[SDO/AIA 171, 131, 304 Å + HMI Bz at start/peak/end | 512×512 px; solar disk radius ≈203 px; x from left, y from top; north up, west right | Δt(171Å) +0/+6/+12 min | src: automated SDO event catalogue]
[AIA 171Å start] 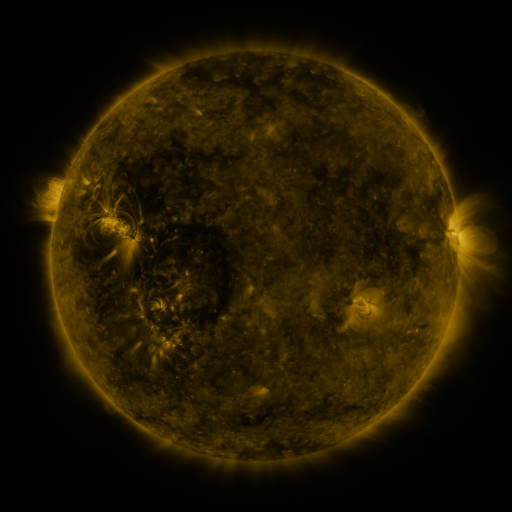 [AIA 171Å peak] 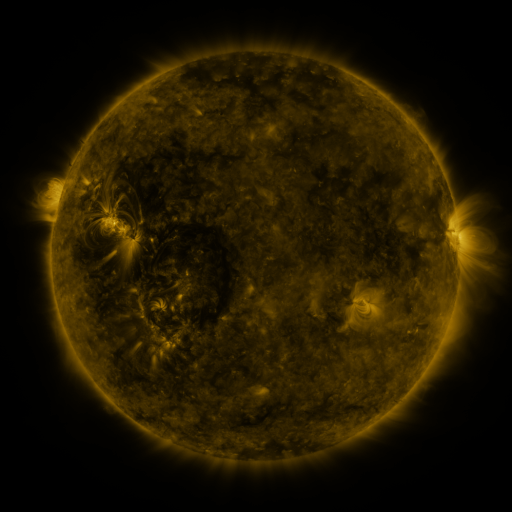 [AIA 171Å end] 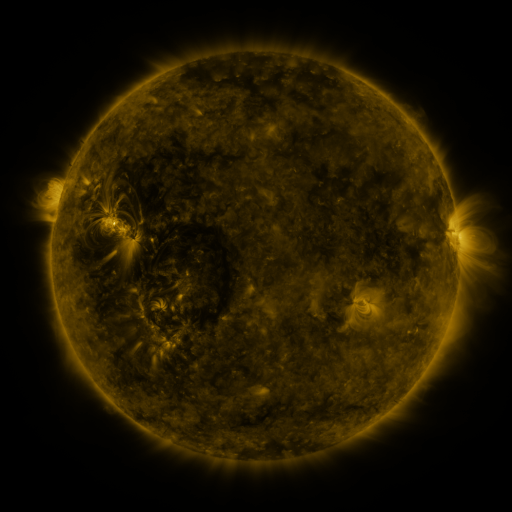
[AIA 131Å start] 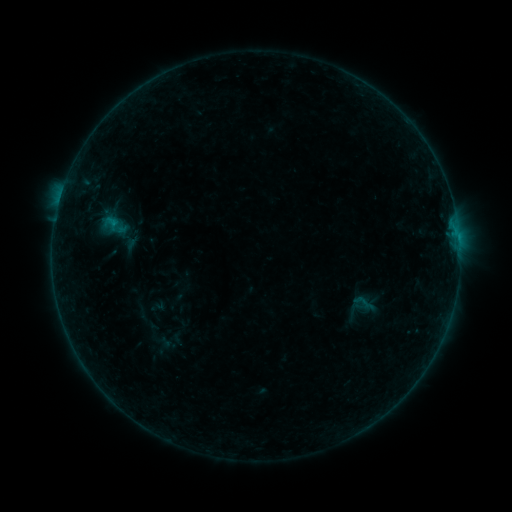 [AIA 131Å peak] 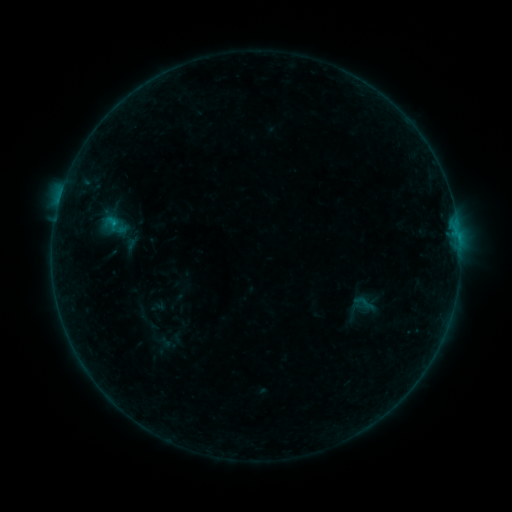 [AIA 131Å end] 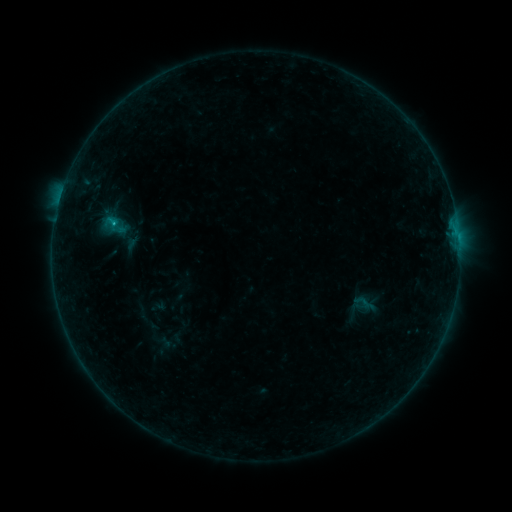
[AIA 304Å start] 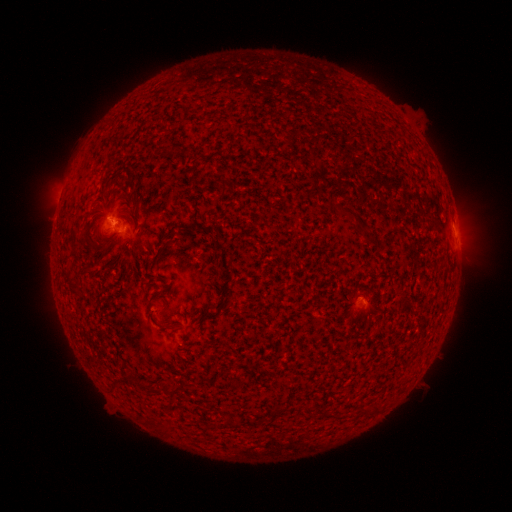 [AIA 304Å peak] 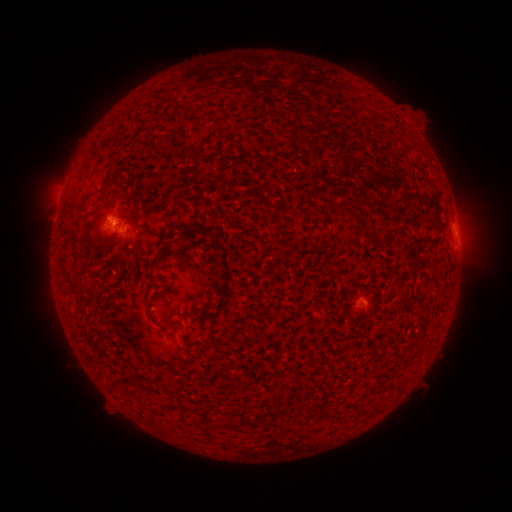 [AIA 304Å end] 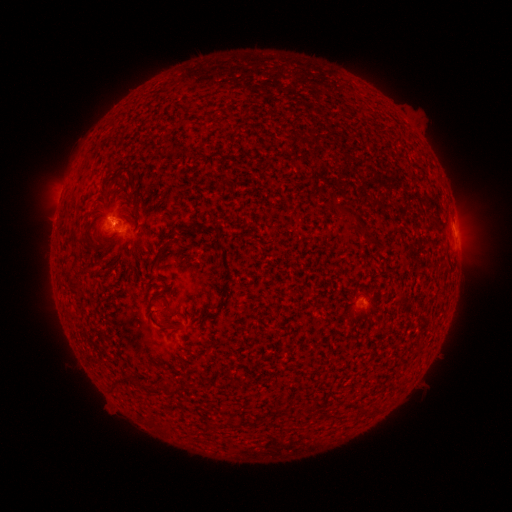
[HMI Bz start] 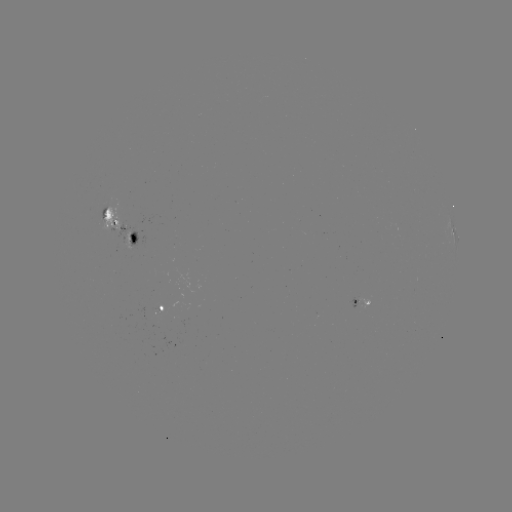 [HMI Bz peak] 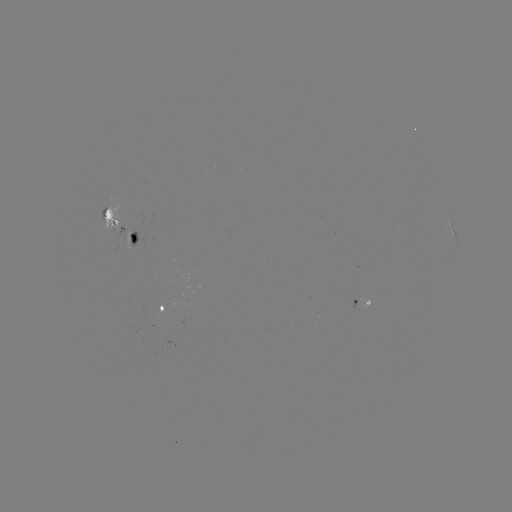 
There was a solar flare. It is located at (116, 224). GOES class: B4.8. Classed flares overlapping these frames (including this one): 2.